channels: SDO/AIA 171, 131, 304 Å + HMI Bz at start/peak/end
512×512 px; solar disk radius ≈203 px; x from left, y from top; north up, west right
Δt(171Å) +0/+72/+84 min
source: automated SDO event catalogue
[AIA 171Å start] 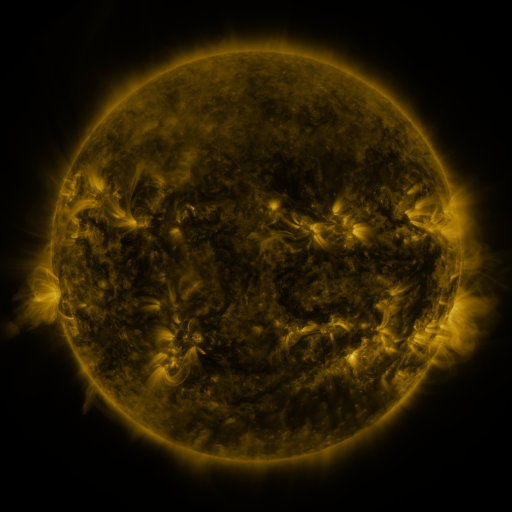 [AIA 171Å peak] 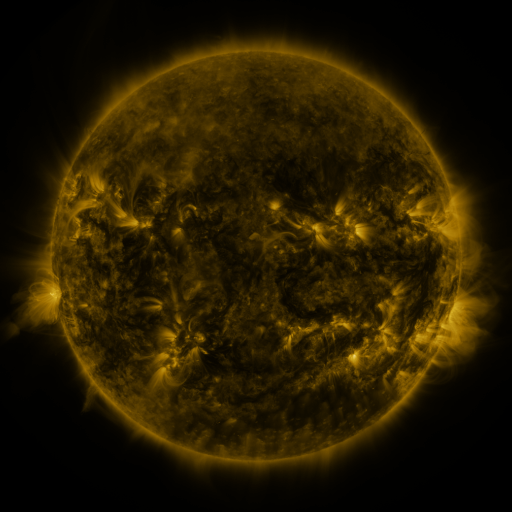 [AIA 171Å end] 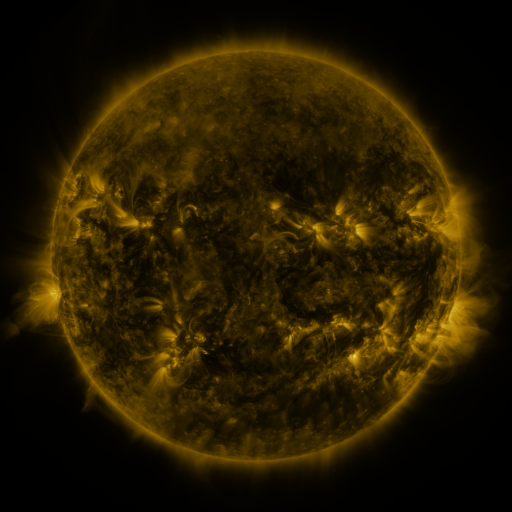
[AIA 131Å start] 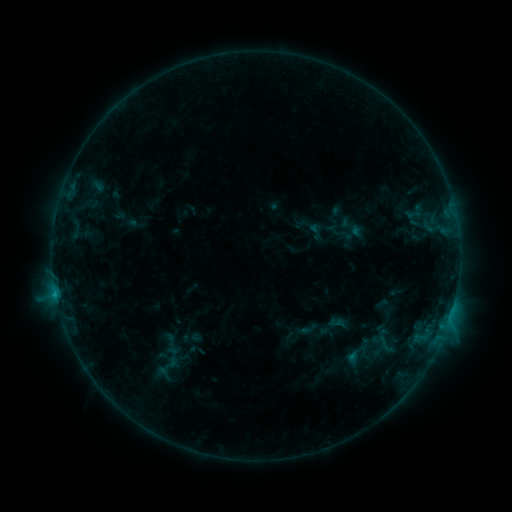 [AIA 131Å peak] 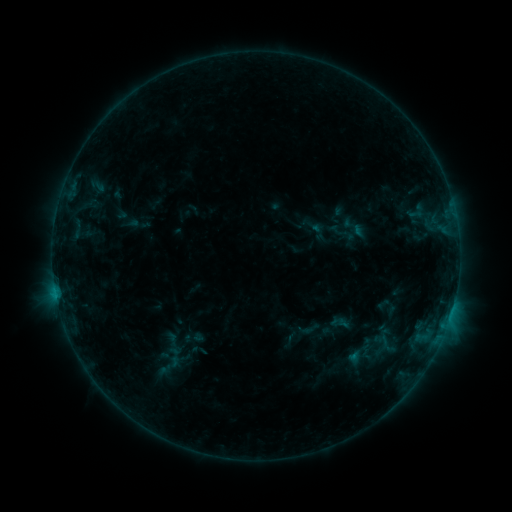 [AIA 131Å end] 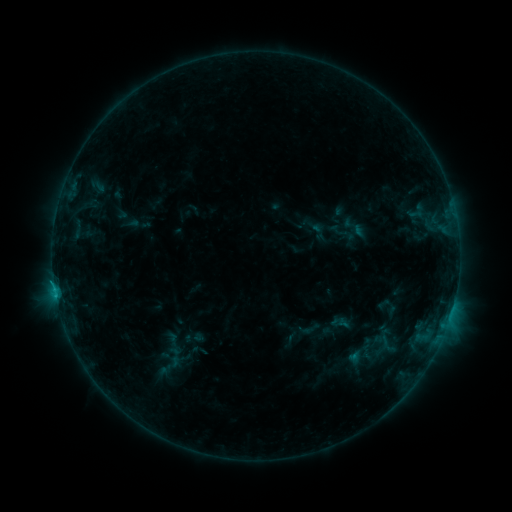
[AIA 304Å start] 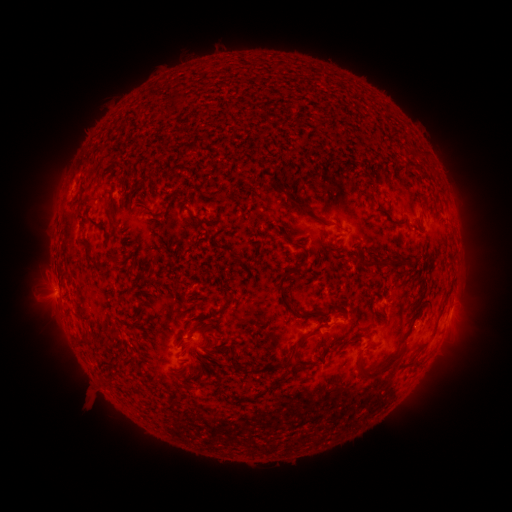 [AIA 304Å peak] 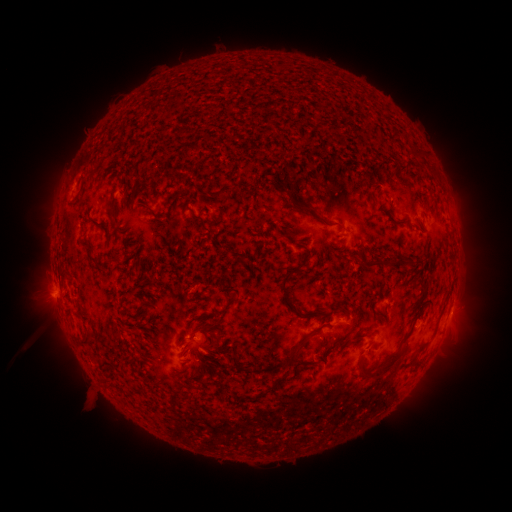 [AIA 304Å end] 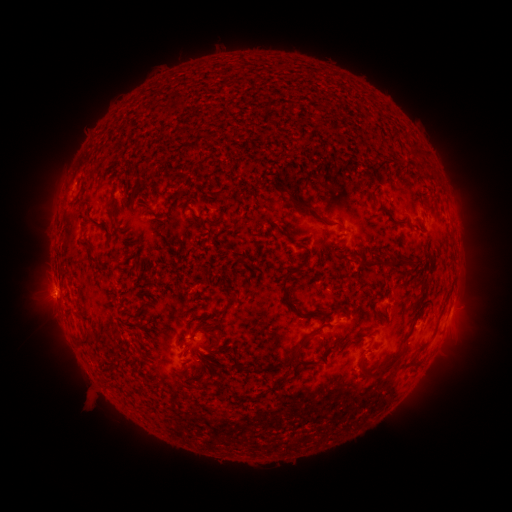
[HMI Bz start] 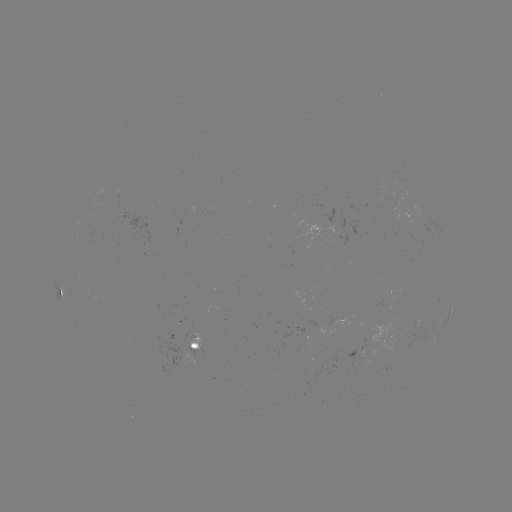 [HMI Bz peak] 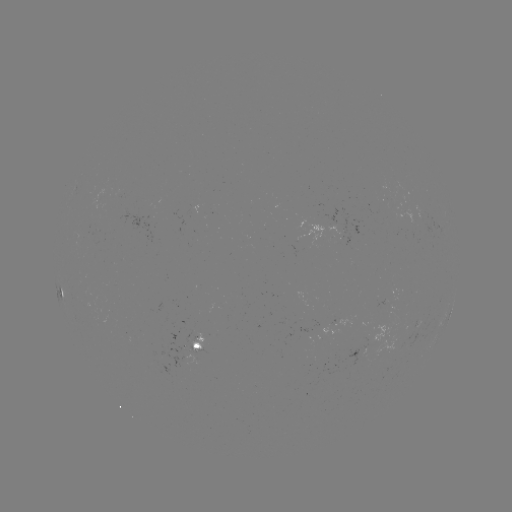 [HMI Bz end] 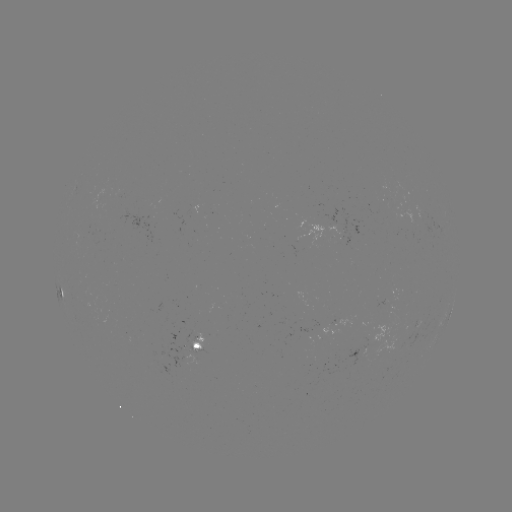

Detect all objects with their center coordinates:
emerging-flux region: (376, 337)
